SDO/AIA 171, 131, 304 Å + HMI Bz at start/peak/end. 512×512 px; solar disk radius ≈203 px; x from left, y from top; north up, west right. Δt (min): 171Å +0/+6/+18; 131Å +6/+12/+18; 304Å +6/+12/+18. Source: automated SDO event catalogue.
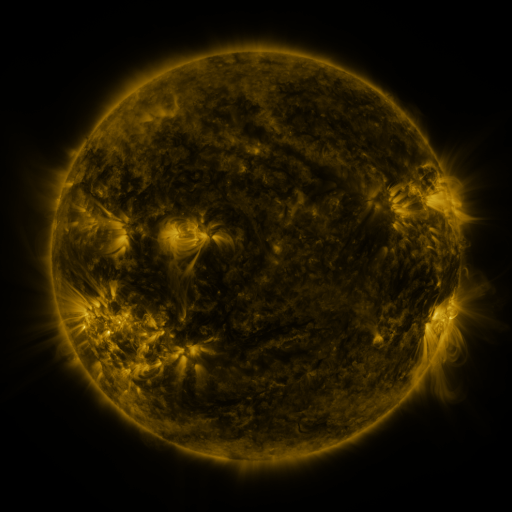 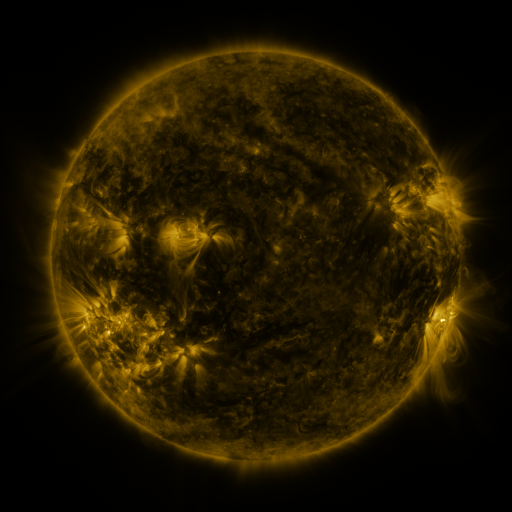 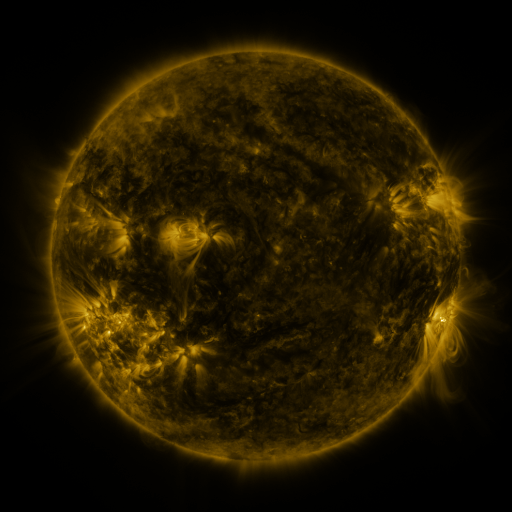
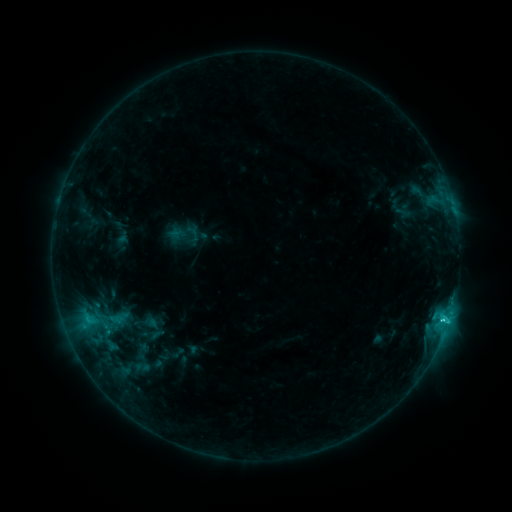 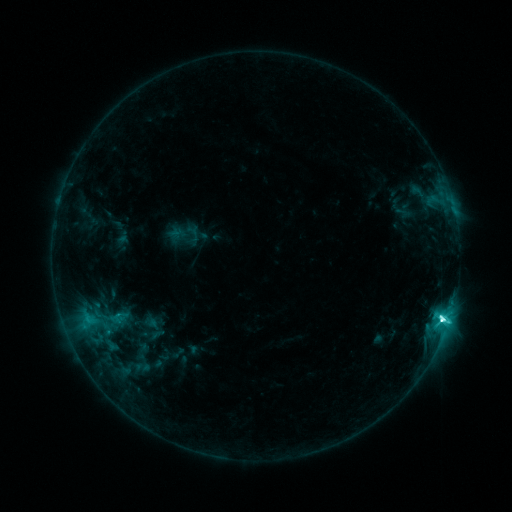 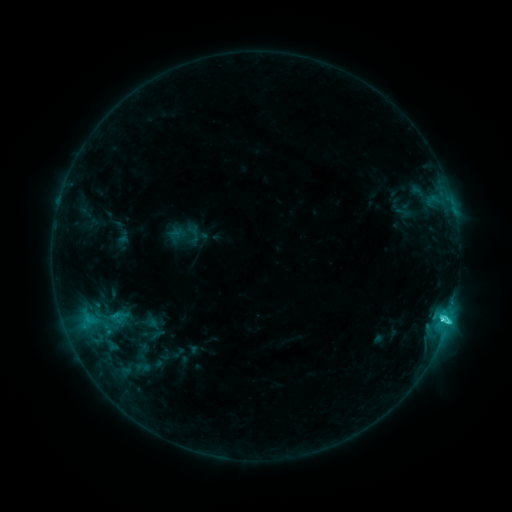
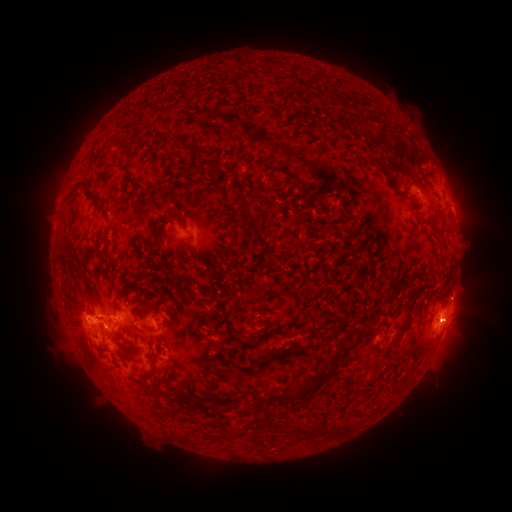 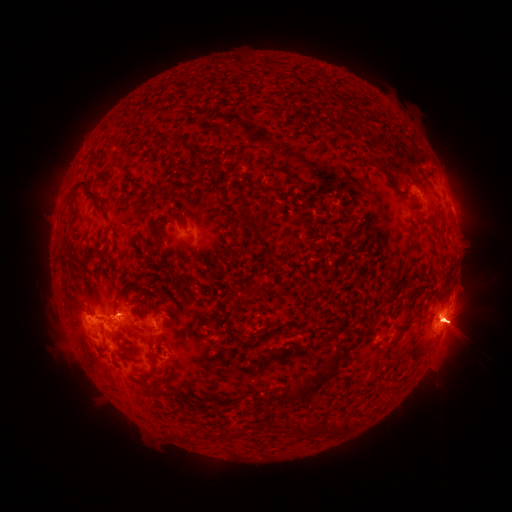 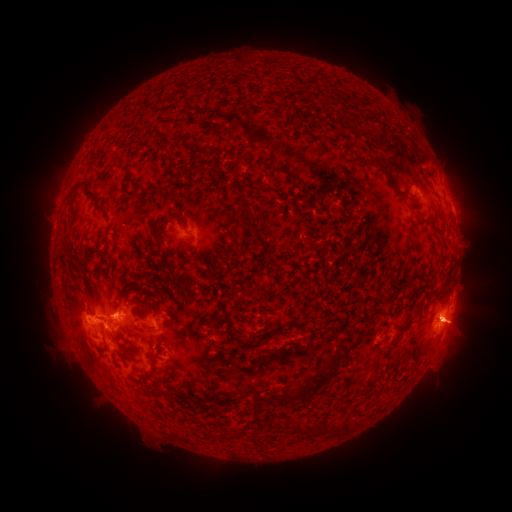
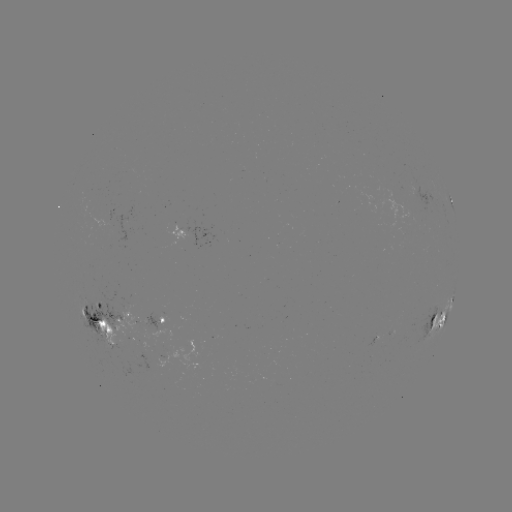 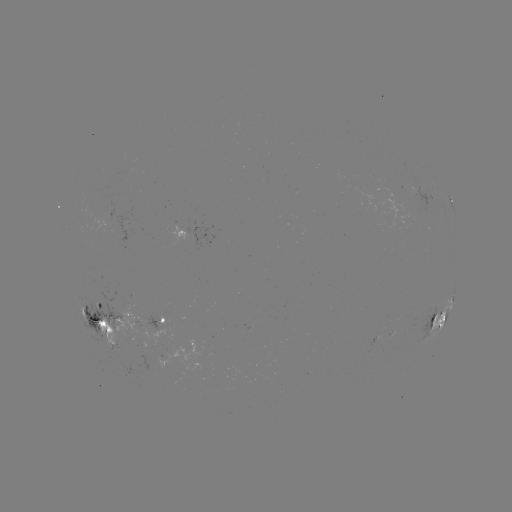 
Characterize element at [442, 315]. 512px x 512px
M1.4 flare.